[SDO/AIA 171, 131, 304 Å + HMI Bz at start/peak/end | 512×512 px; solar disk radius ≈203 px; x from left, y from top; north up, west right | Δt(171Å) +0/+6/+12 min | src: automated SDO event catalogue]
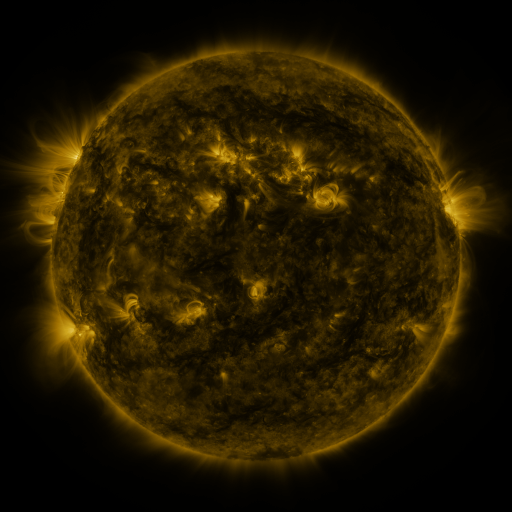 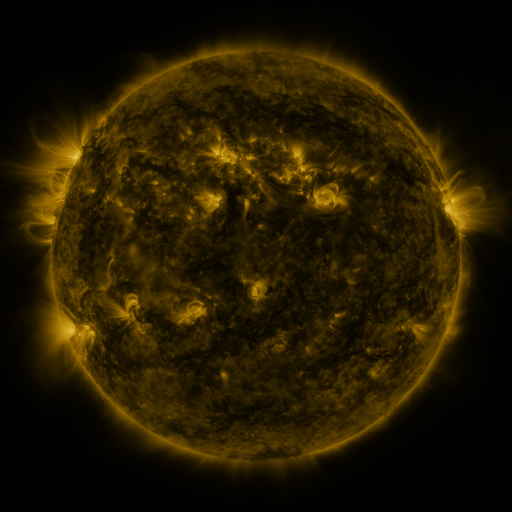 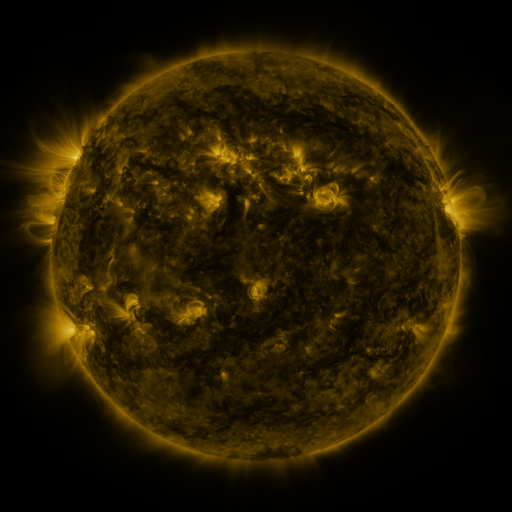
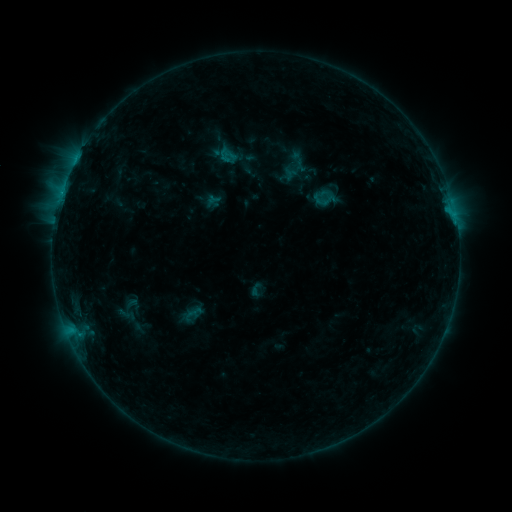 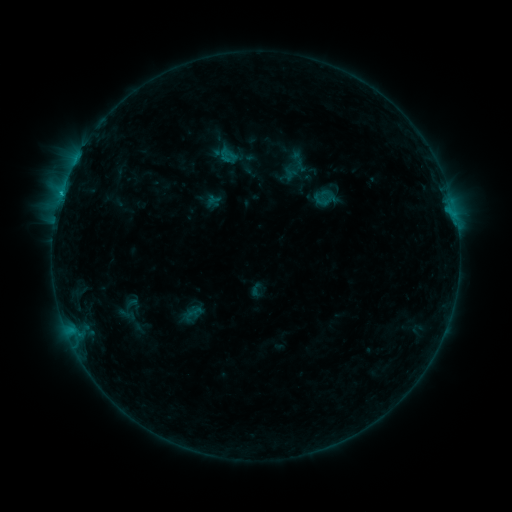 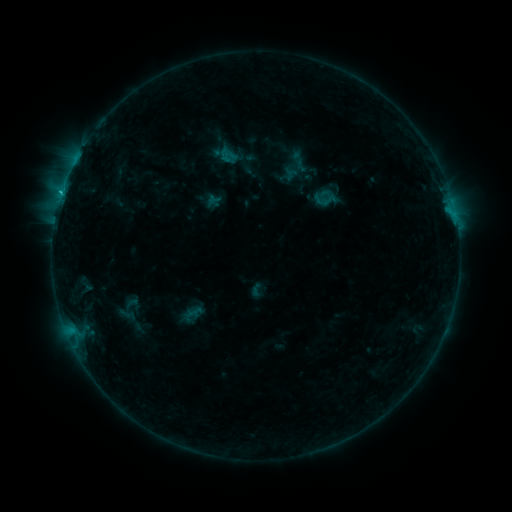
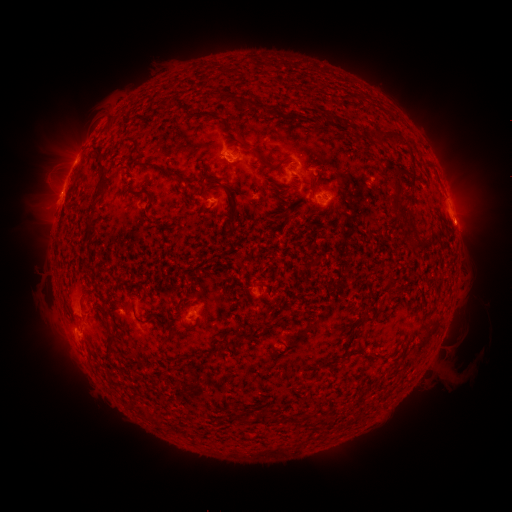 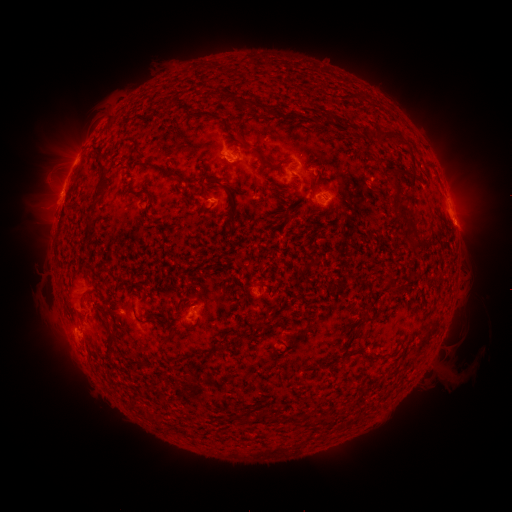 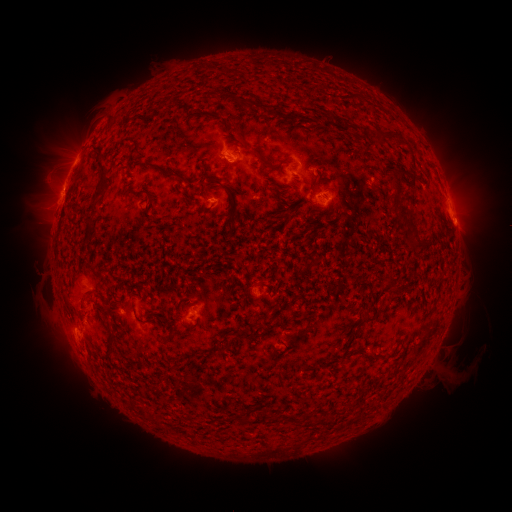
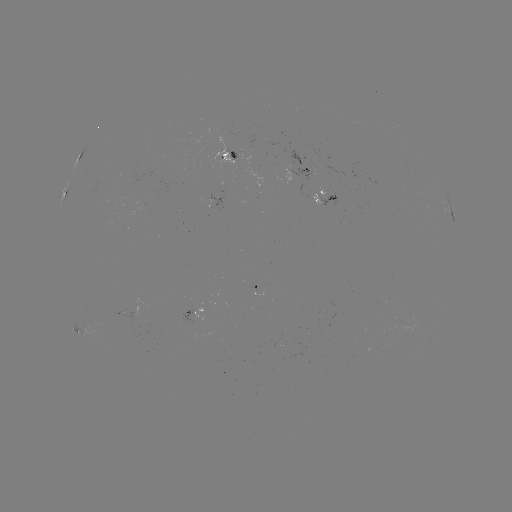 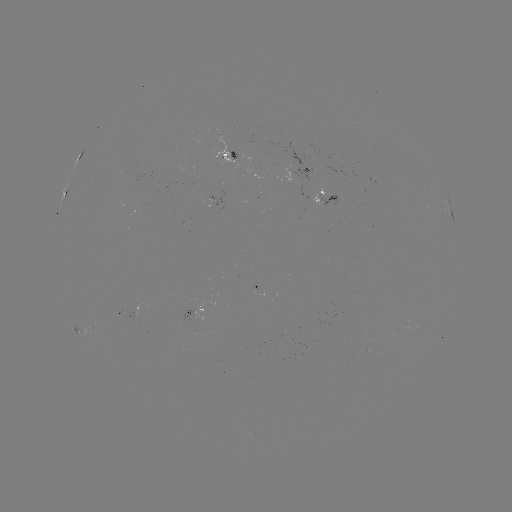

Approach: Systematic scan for eruption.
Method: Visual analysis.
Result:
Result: eruption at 56,192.